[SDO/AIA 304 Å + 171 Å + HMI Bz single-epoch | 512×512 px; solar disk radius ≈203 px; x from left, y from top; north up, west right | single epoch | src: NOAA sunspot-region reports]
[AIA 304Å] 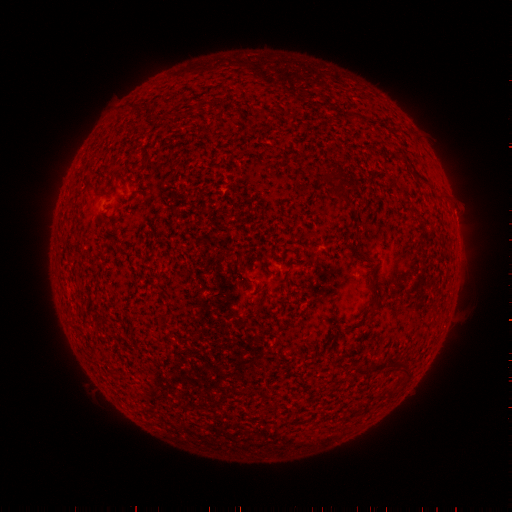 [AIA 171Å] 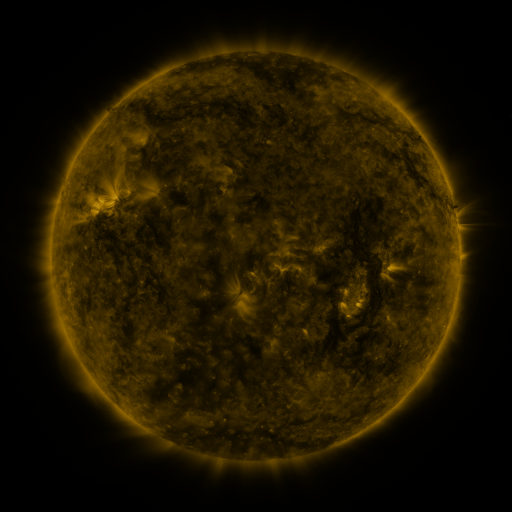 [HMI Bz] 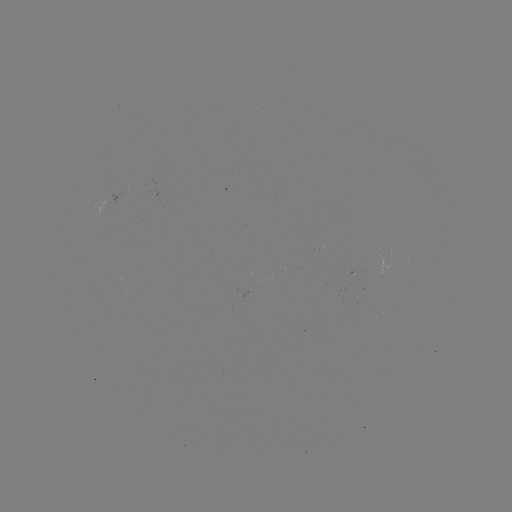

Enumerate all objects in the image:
(none)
